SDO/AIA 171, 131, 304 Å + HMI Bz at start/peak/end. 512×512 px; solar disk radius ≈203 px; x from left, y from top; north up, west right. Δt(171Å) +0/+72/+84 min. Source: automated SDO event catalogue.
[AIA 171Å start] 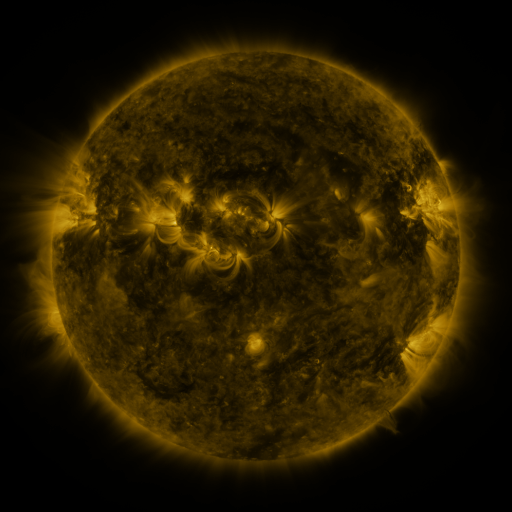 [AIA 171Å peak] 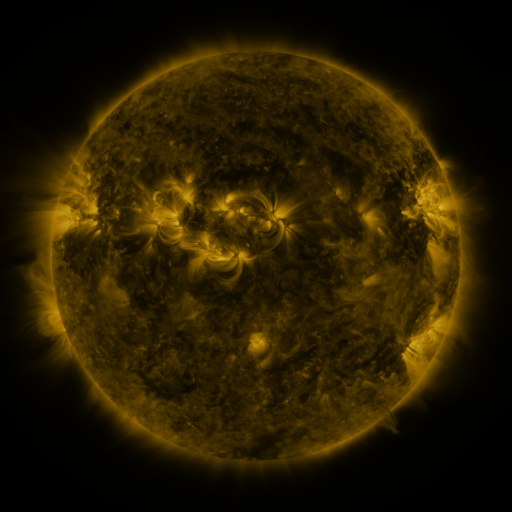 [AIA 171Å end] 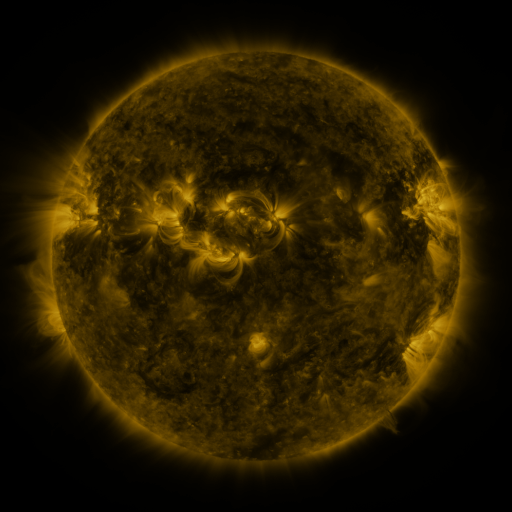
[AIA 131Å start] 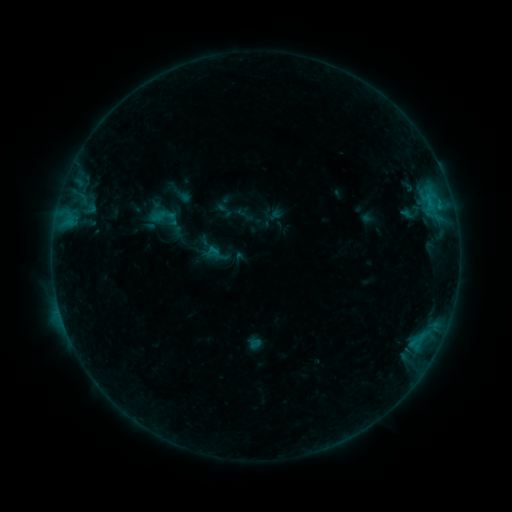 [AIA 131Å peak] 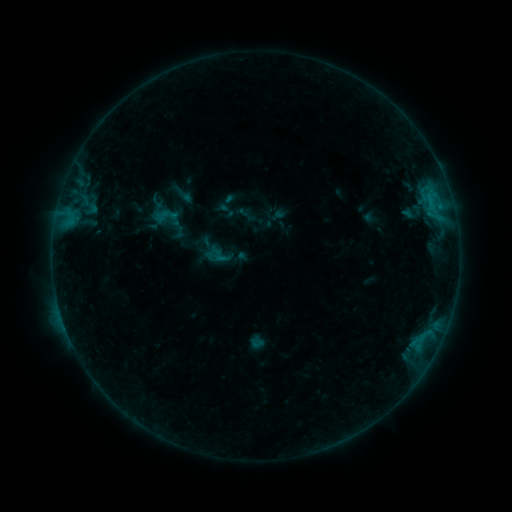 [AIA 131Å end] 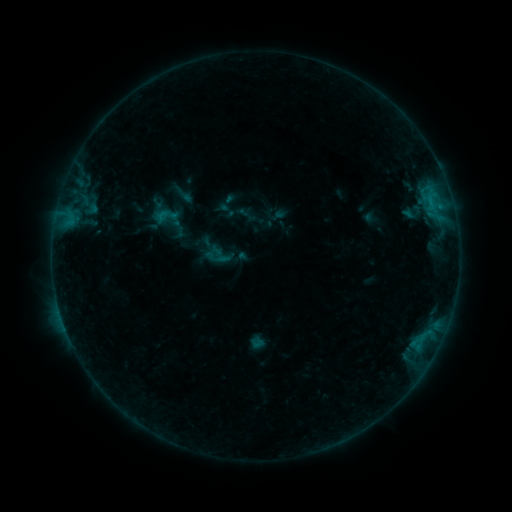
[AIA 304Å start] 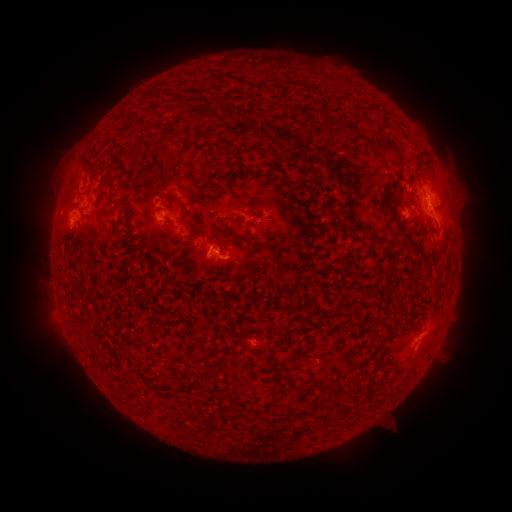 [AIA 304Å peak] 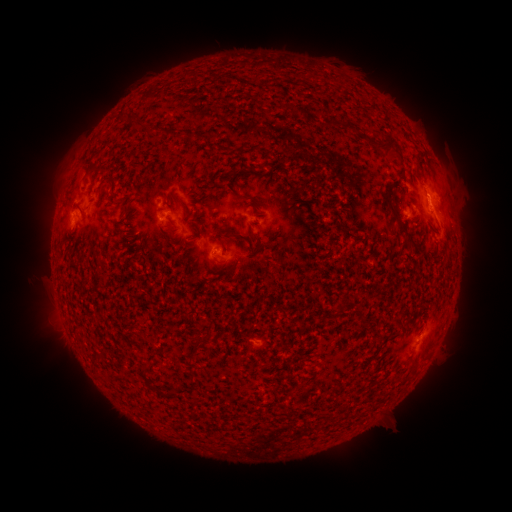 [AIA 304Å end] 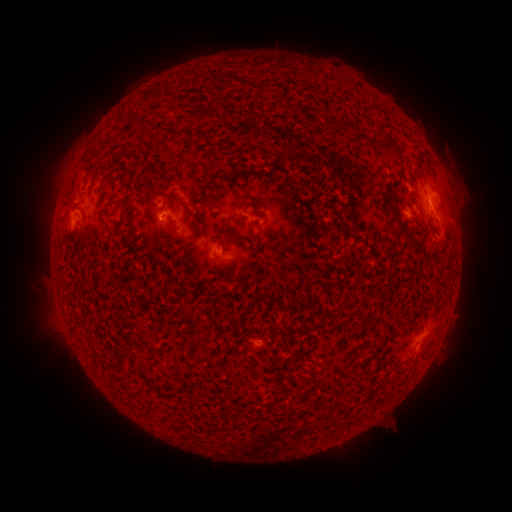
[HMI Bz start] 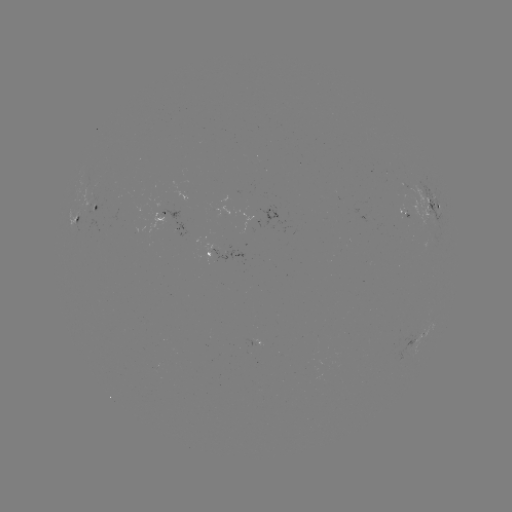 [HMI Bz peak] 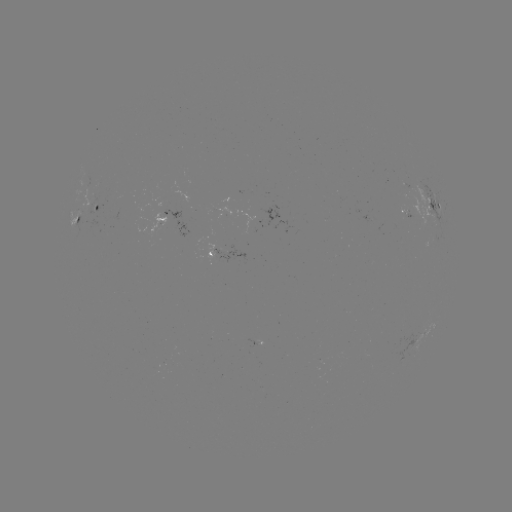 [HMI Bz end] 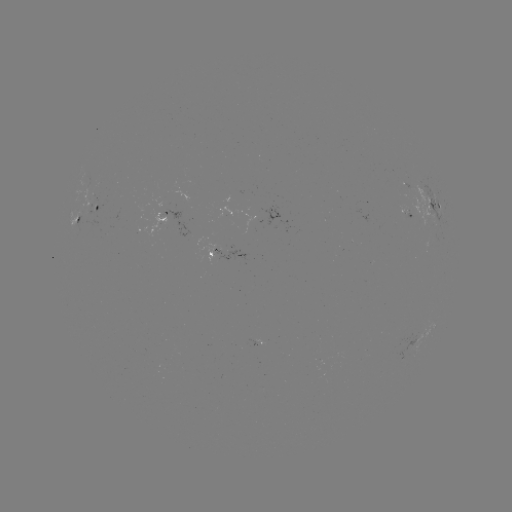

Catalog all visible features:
emerging-flux region: (87, 212)
